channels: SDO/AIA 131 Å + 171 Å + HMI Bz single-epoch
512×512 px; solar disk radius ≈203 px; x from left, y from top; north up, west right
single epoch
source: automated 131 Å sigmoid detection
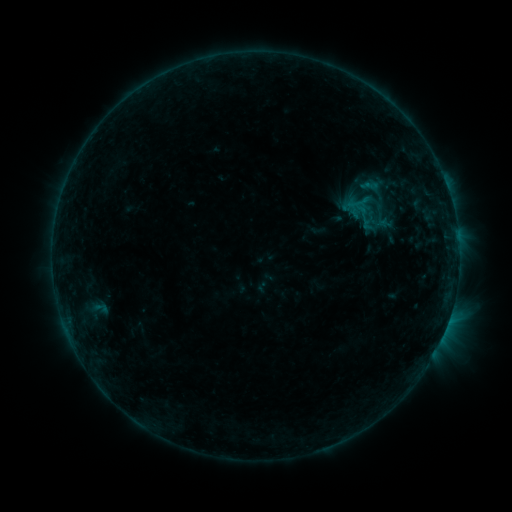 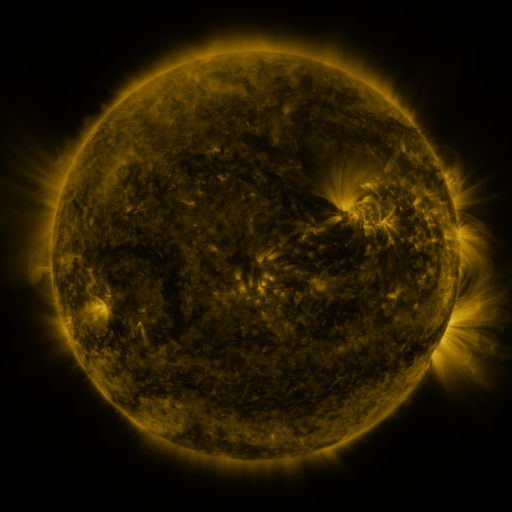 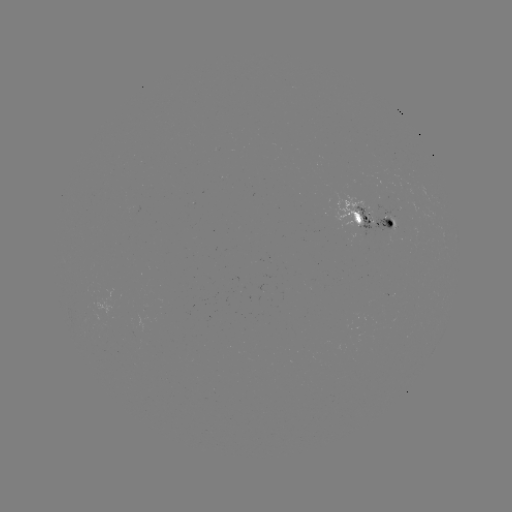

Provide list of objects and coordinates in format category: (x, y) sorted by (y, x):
sigmoid: (379, 194)
sigmoid: (365, 213)
